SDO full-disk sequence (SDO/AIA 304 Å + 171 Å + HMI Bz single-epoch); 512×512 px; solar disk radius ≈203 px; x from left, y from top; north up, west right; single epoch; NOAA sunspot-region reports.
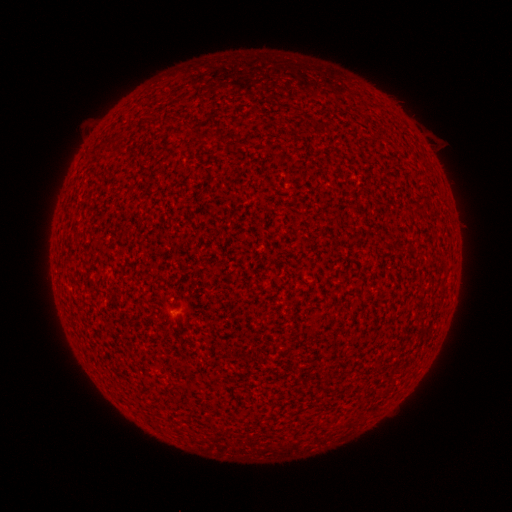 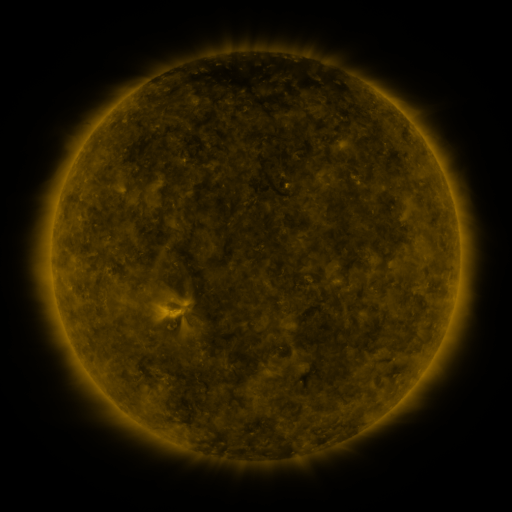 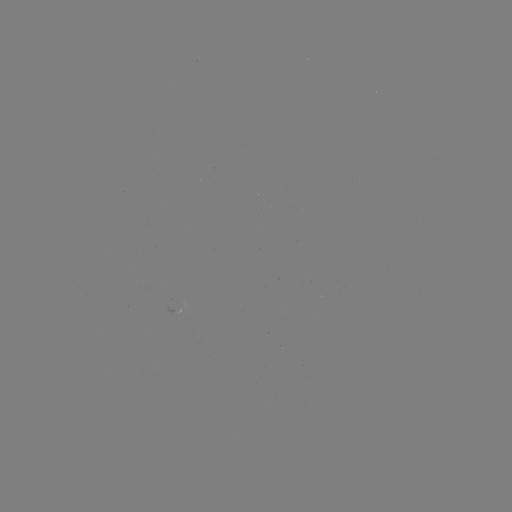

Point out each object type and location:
(none)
